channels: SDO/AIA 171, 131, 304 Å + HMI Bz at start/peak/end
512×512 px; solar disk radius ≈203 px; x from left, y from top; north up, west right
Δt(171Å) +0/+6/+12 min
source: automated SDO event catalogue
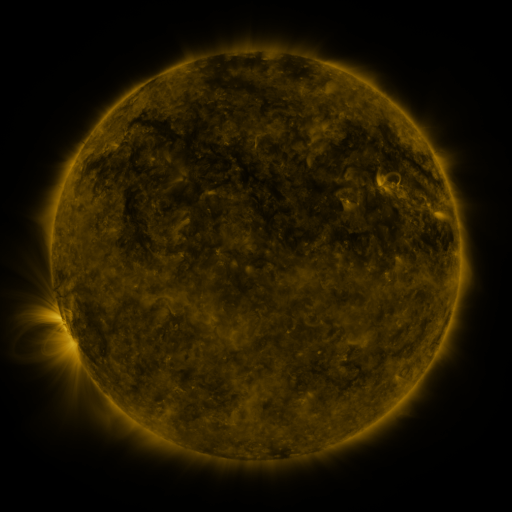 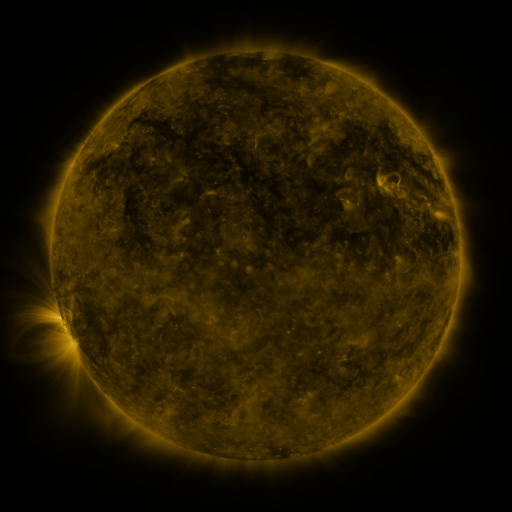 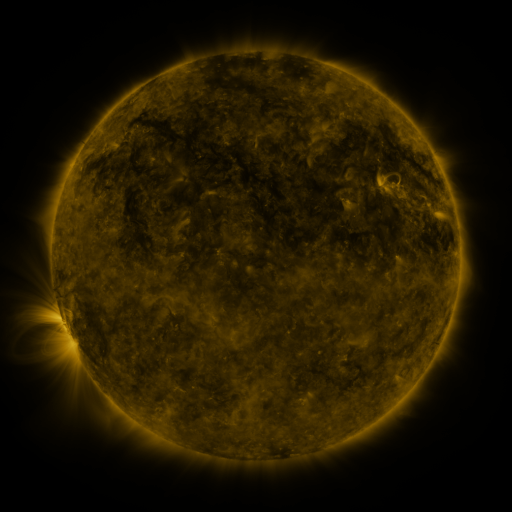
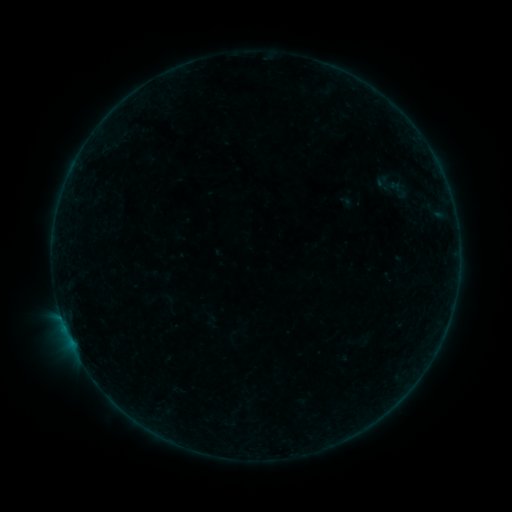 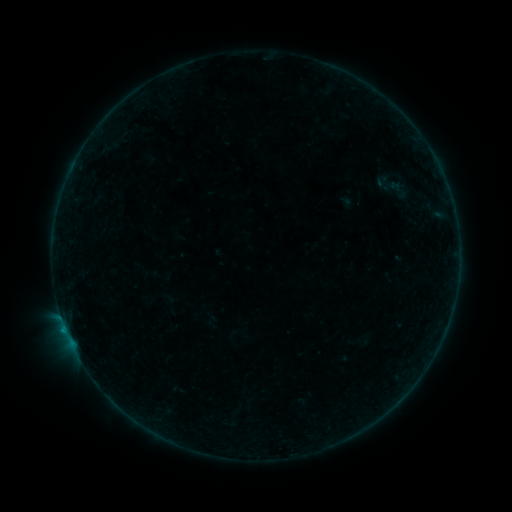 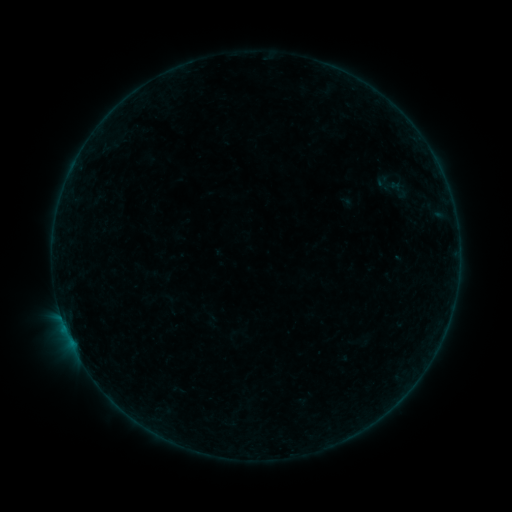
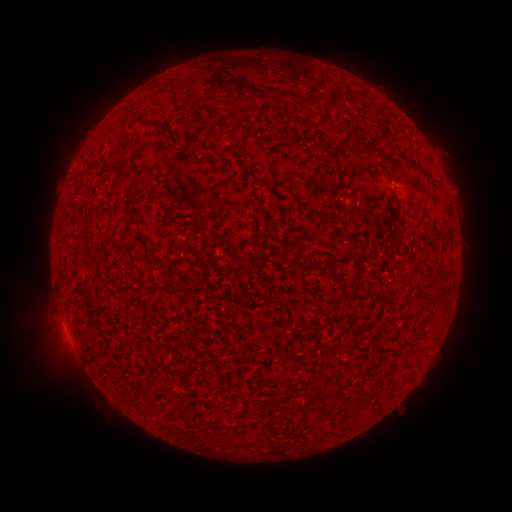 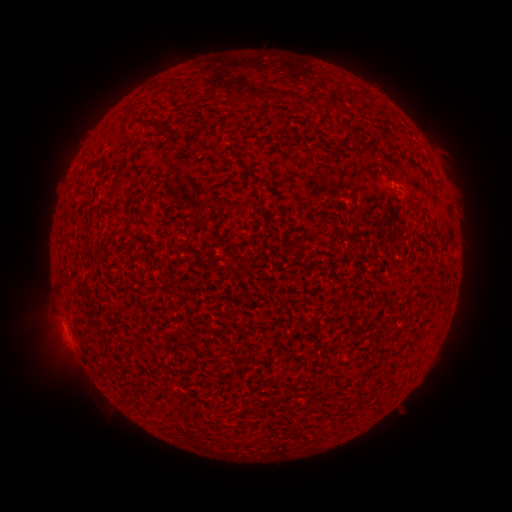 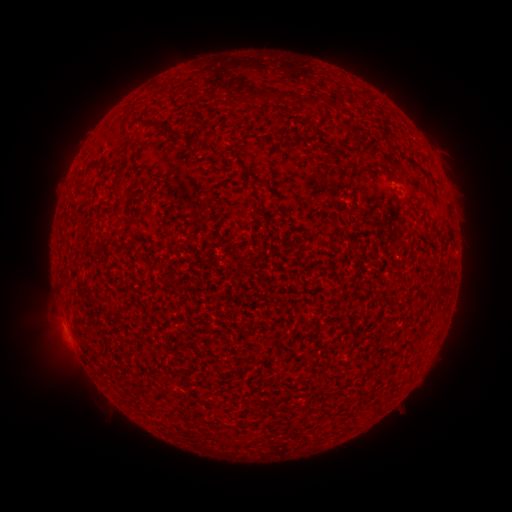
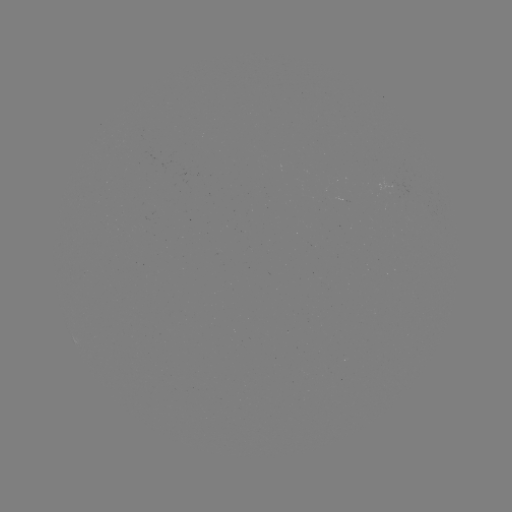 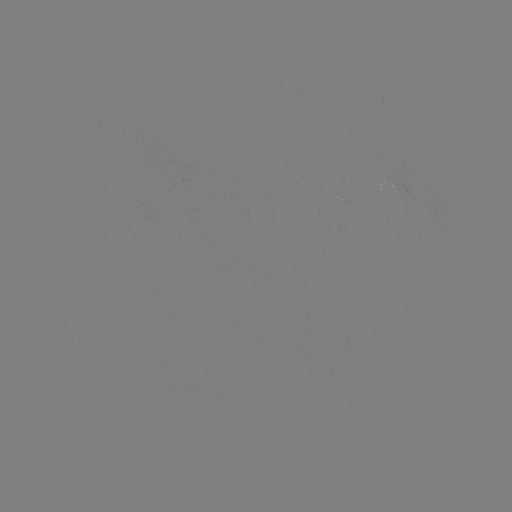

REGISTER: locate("B1.6 flare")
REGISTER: [67, 332]